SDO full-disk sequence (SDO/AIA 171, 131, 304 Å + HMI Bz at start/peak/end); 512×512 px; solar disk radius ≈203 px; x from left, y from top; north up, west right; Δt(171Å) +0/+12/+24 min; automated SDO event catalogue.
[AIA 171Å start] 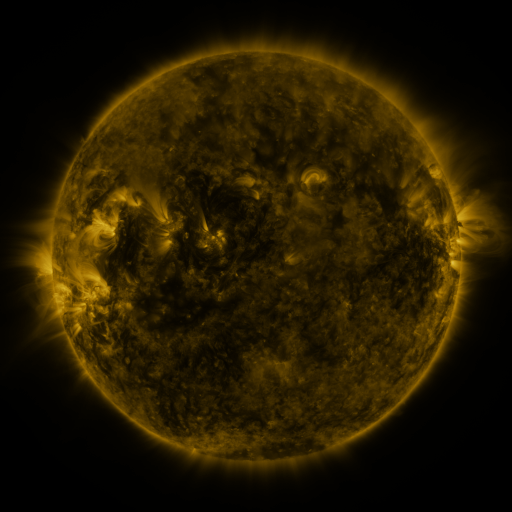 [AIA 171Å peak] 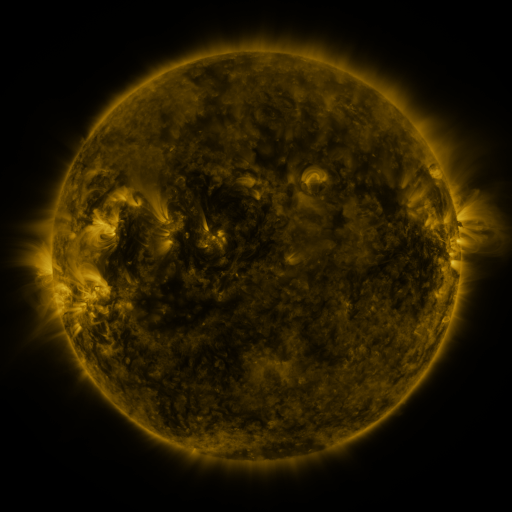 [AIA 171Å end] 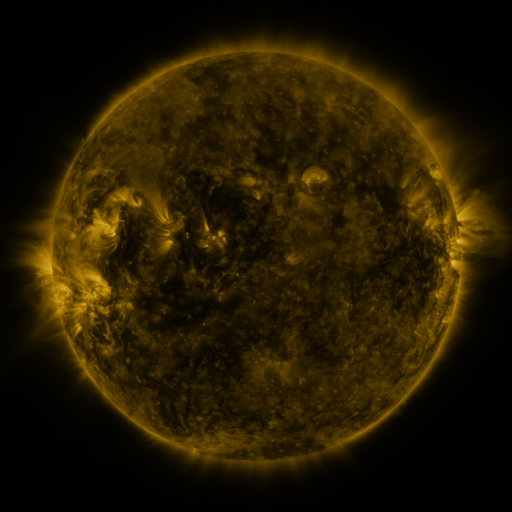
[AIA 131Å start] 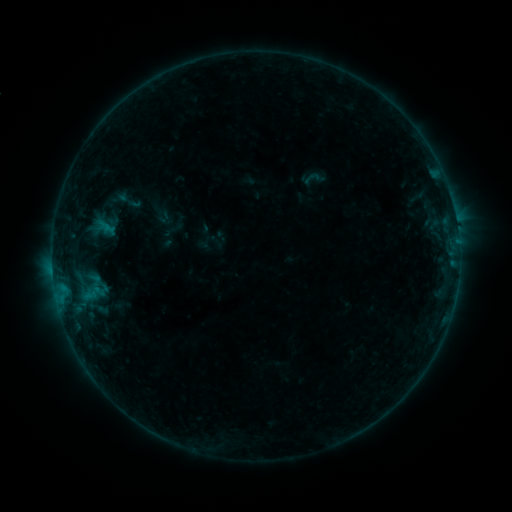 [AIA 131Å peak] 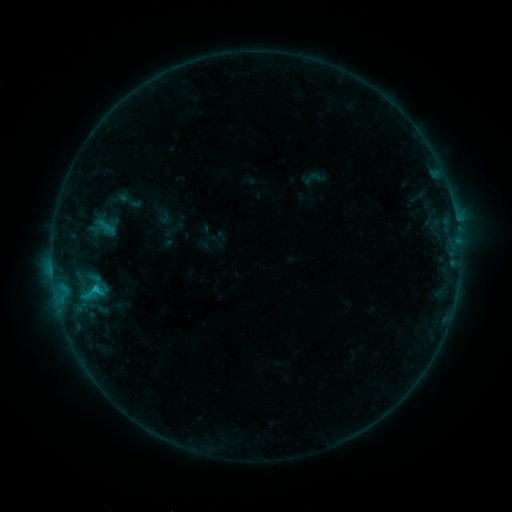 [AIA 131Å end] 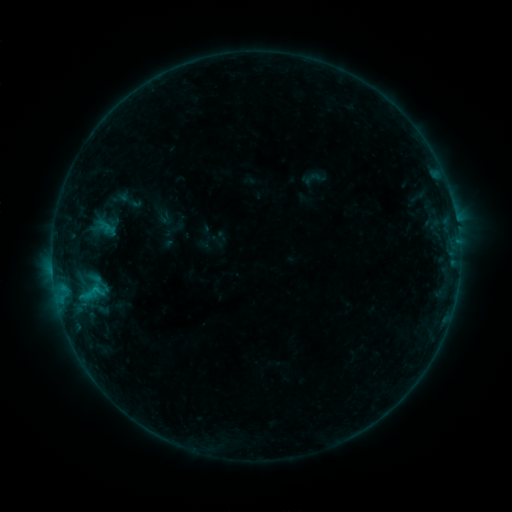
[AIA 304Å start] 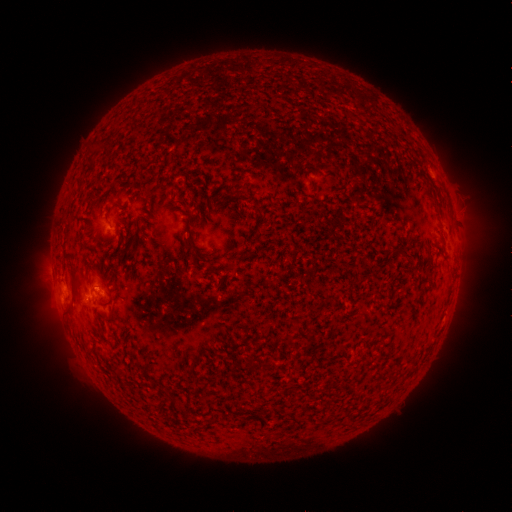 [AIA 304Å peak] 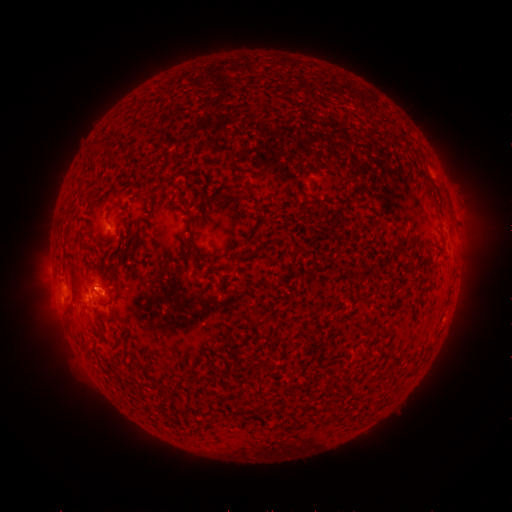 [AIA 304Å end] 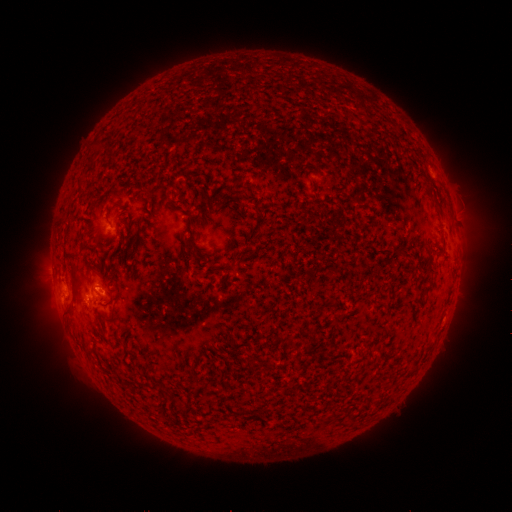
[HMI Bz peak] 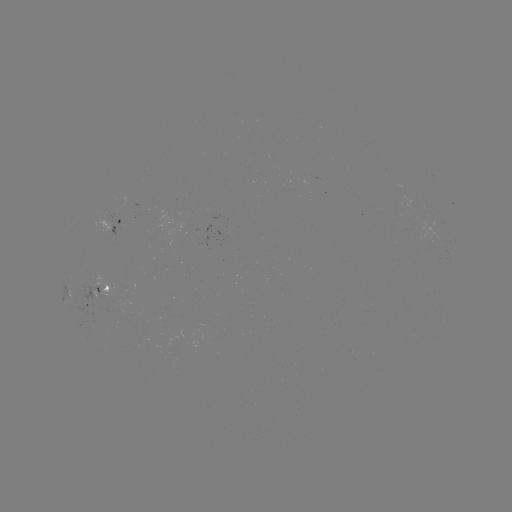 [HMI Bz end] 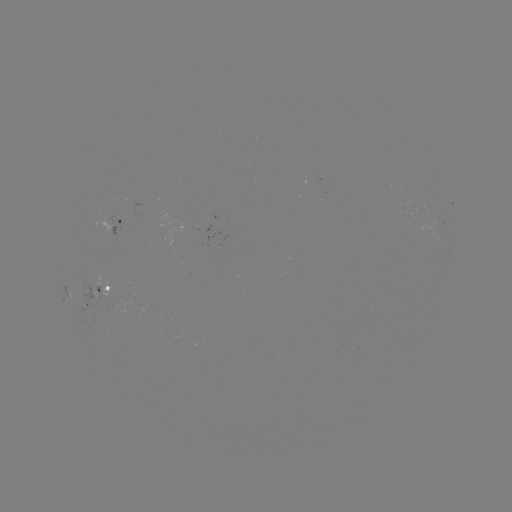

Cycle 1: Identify B8.3 flare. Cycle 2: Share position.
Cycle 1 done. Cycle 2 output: [97, 288].